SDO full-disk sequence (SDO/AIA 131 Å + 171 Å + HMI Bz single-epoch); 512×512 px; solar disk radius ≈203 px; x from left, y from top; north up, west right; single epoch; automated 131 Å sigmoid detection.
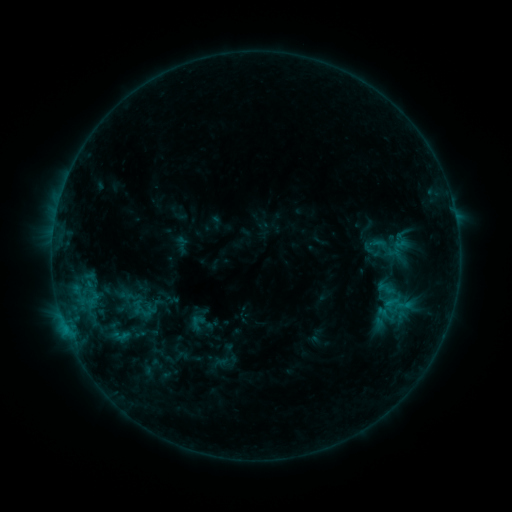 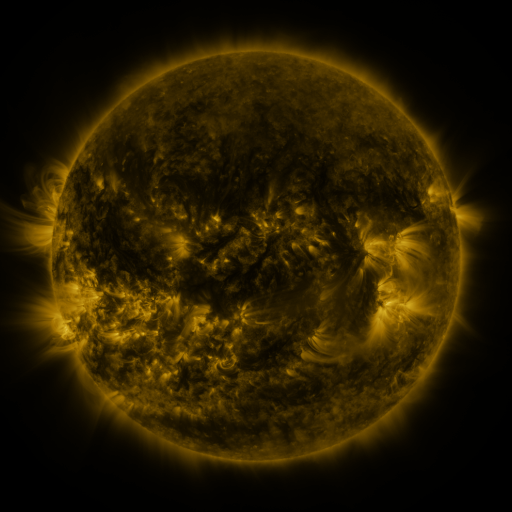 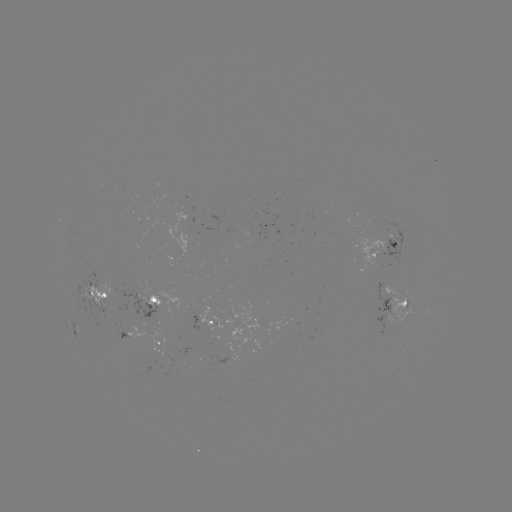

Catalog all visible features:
sigmoid: (374, 235, 403, 261)
sigmoid: (103, 322, 137, 349)
